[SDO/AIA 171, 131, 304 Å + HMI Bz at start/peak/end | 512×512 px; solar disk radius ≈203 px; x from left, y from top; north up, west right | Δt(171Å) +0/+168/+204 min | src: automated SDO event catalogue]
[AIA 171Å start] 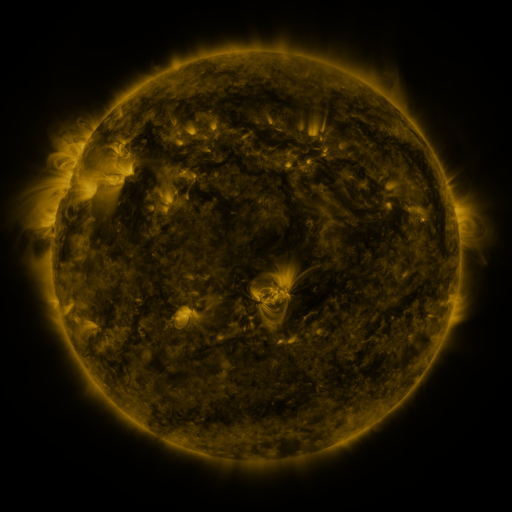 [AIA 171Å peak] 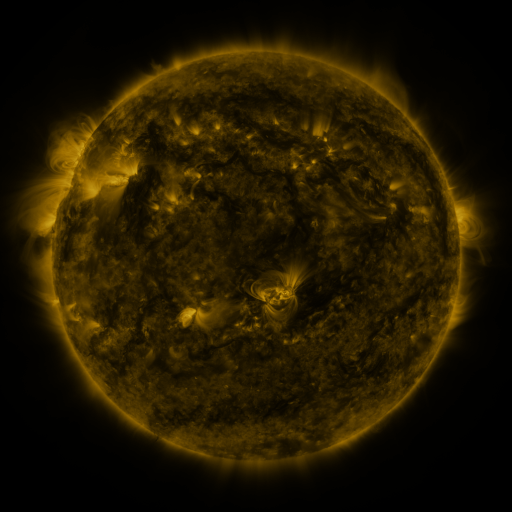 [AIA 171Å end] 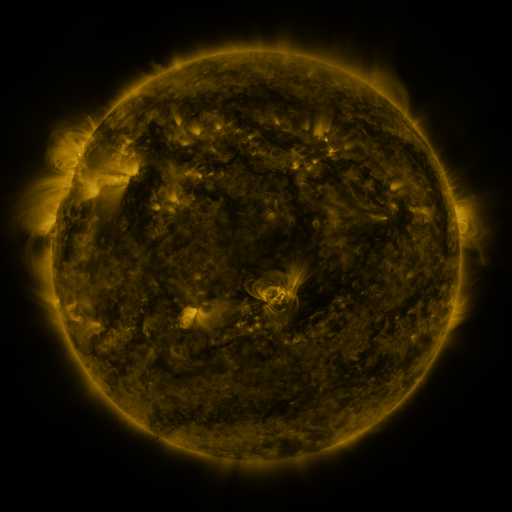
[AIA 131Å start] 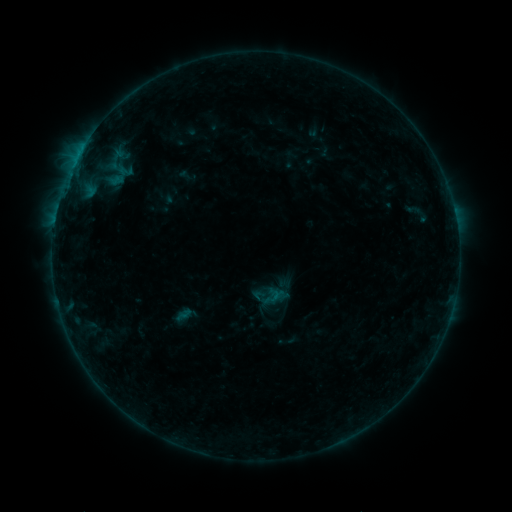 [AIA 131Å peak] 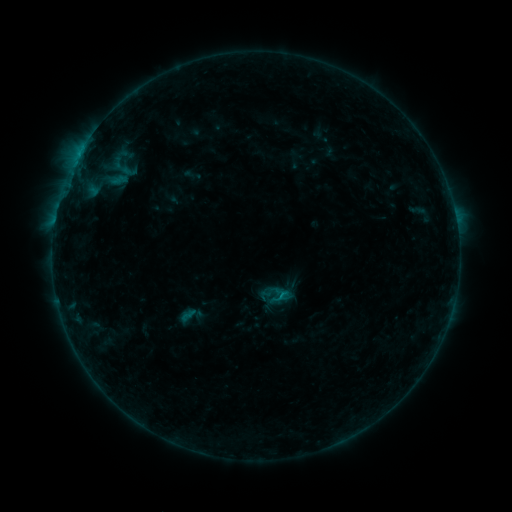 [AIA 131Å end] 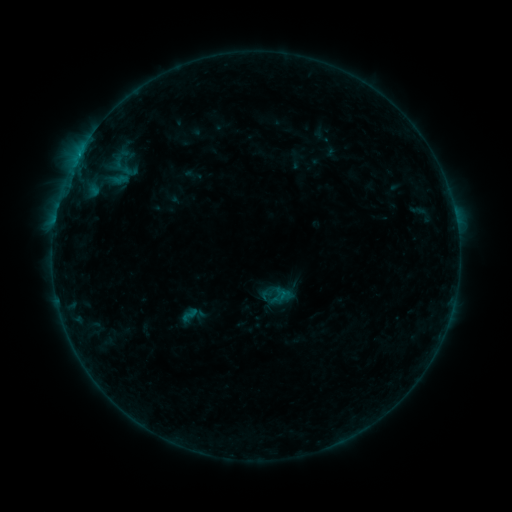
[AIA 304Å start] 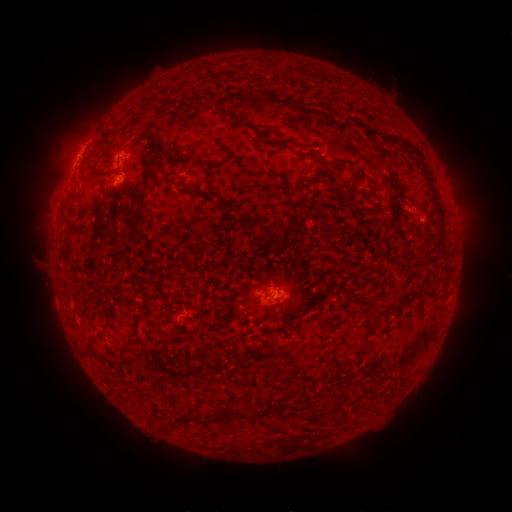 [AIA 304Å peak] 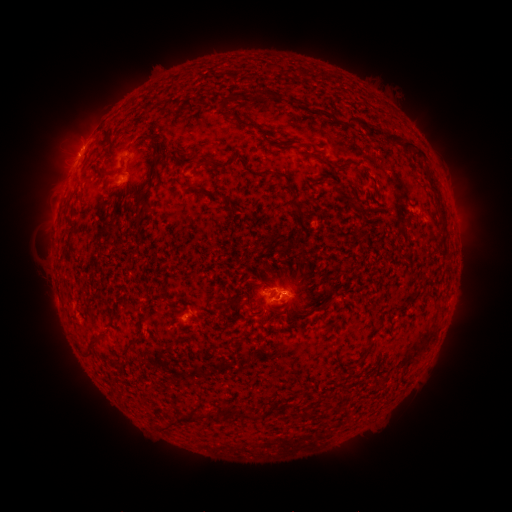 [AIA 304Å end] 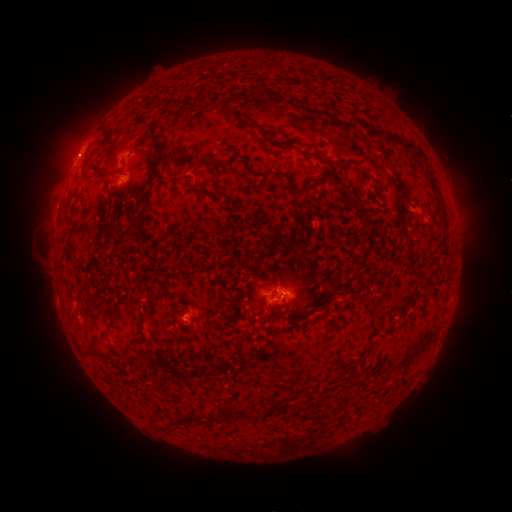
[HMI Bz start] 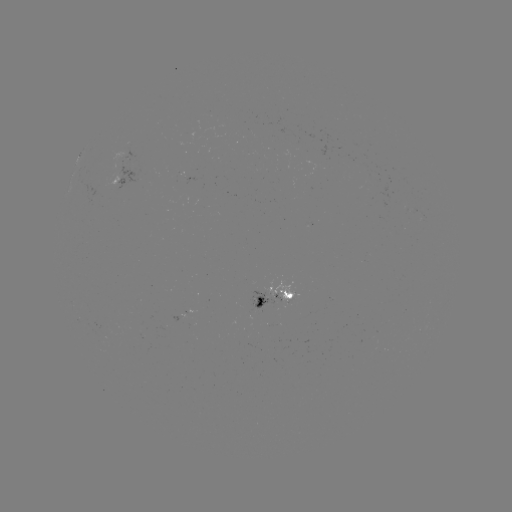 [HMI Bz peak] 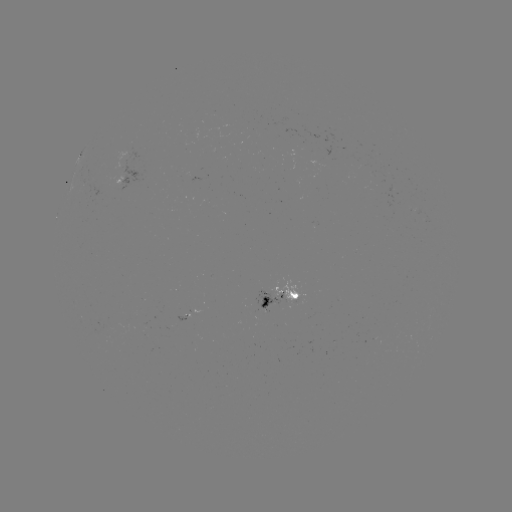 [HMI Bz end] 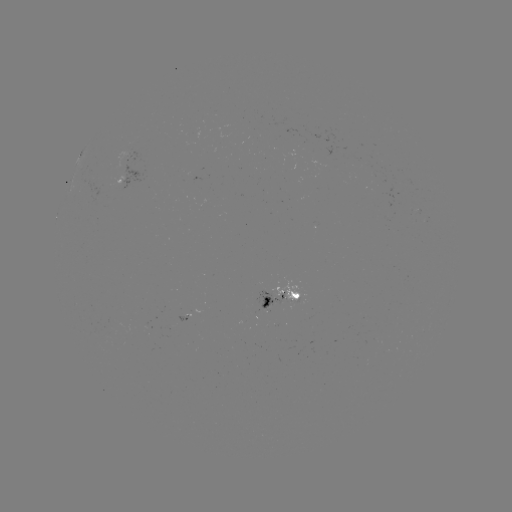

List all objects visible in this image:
emerging-flux region: (293, 298)
